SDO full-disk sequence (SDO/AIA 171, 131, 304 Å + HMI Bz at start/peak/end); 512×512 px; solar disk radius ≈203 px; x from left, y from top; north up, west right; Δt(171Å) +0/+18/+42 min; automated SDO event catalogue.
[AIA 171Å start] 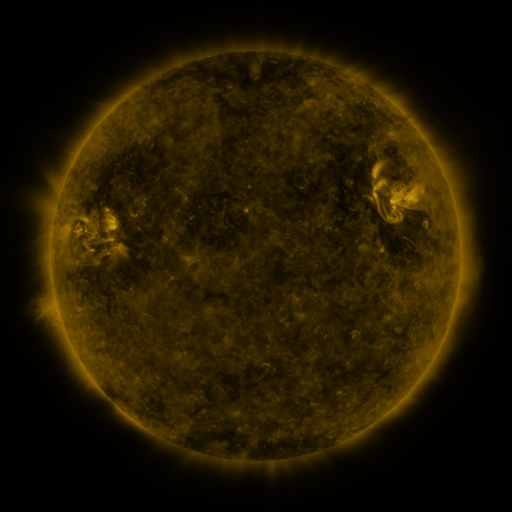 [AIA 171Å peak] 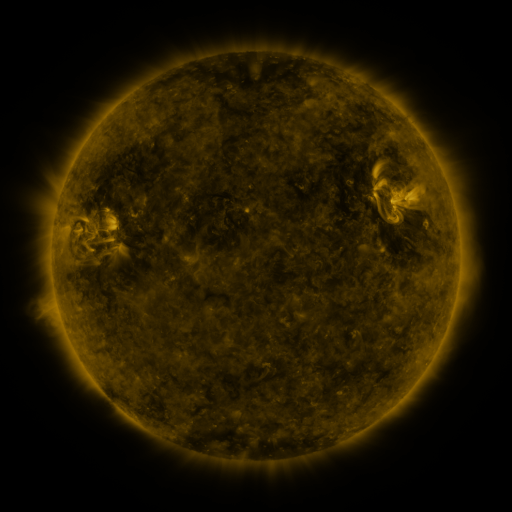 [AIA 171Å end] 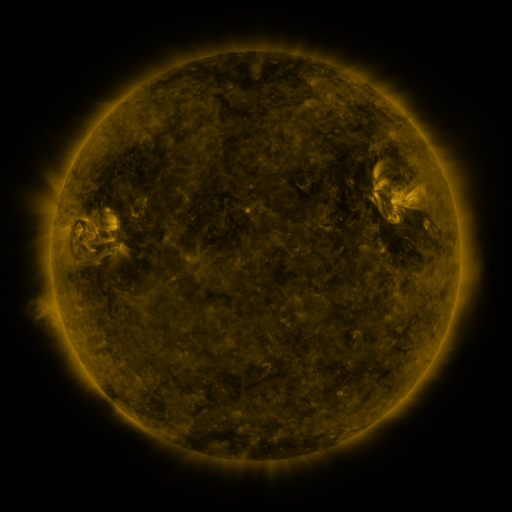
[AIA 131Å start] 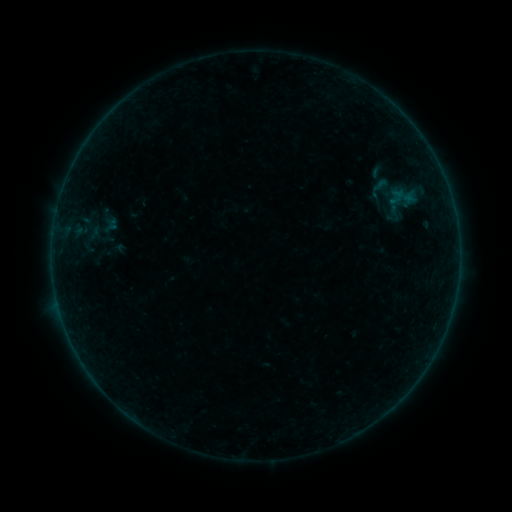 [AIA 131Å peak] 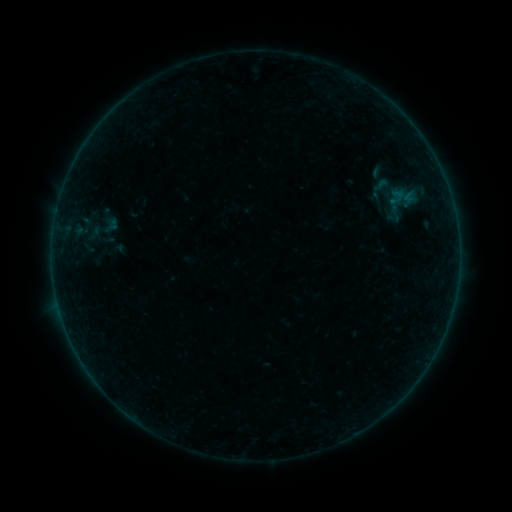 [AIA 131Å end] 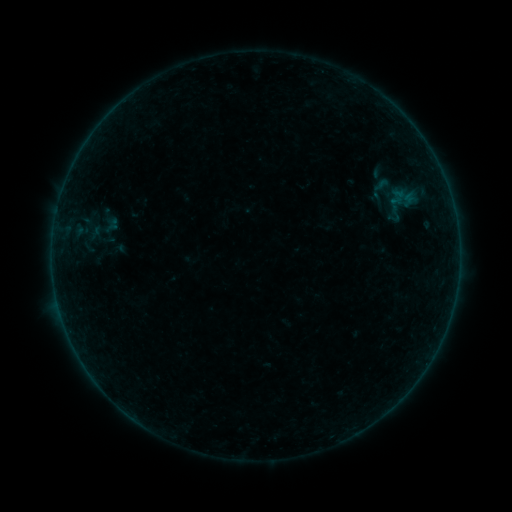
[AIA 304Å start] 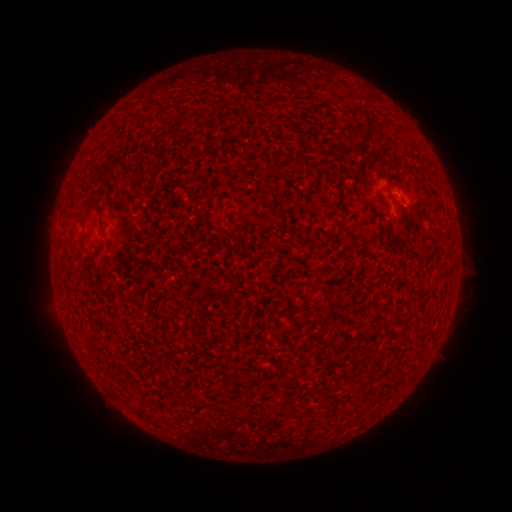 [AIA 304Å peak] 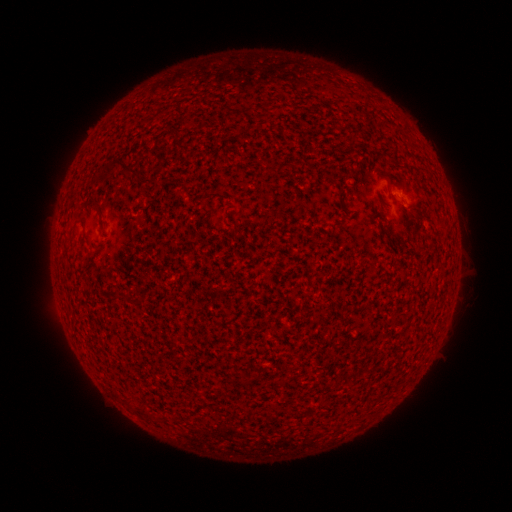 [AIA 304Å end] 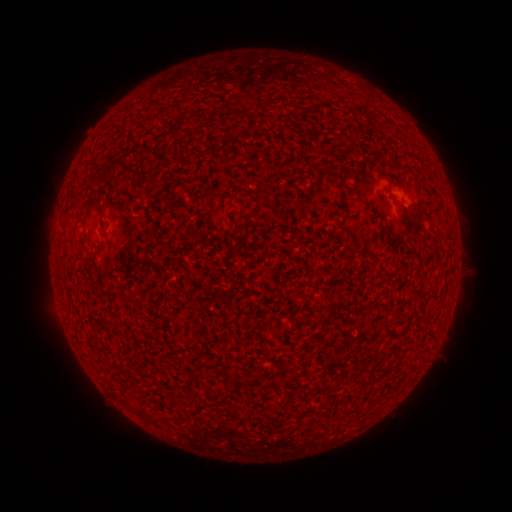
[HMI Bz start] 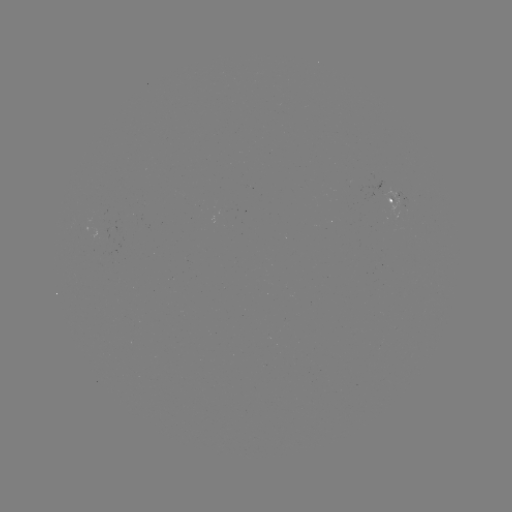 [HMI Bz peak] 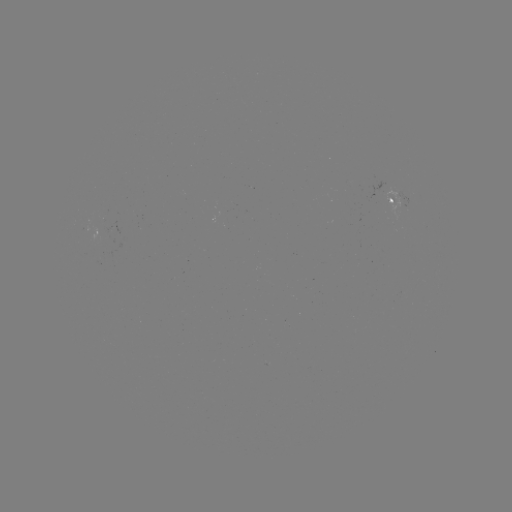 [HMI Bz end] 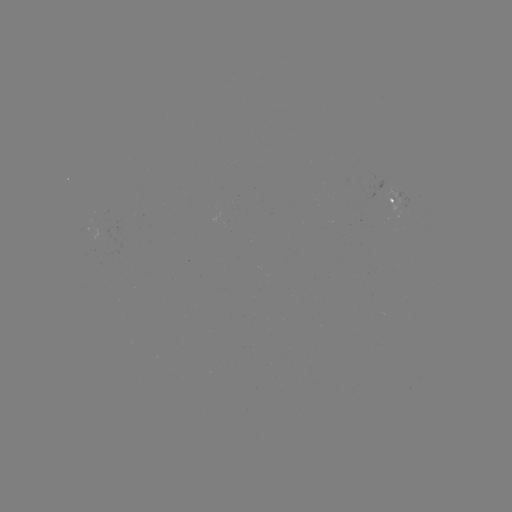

no flare in any classed list; no EUV-trigger detection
